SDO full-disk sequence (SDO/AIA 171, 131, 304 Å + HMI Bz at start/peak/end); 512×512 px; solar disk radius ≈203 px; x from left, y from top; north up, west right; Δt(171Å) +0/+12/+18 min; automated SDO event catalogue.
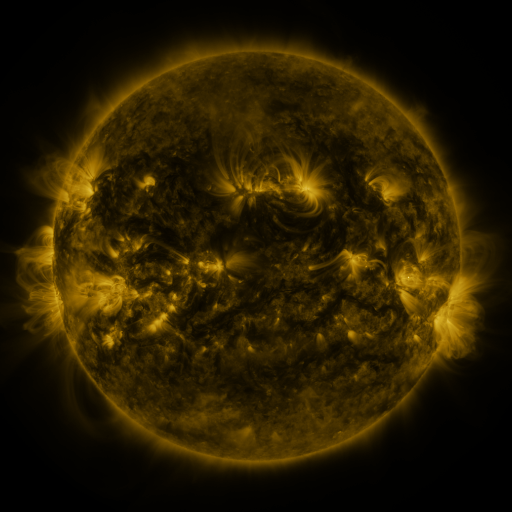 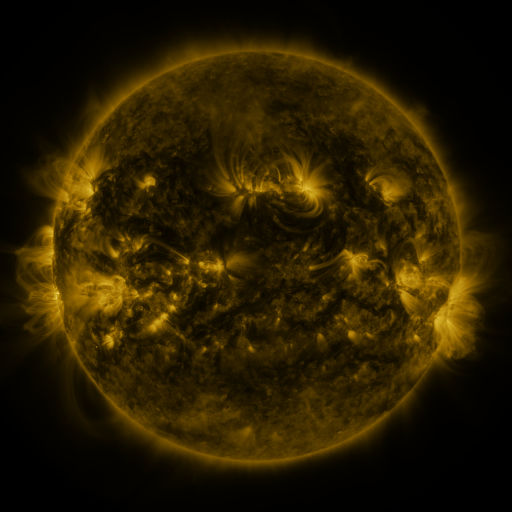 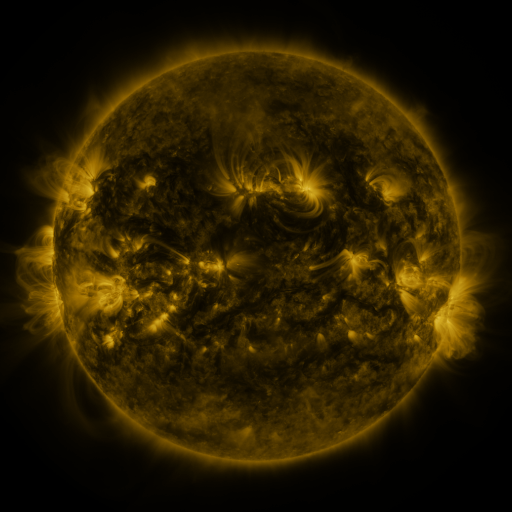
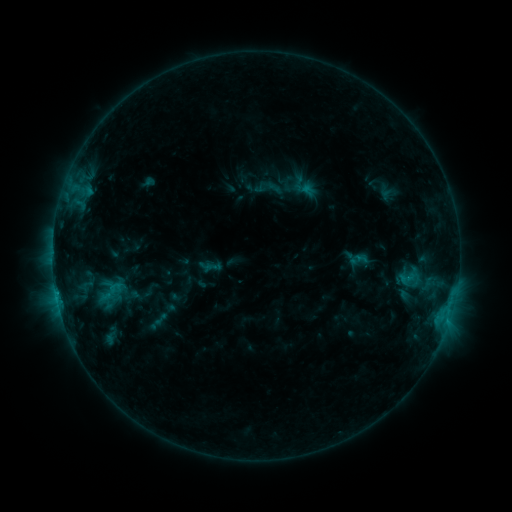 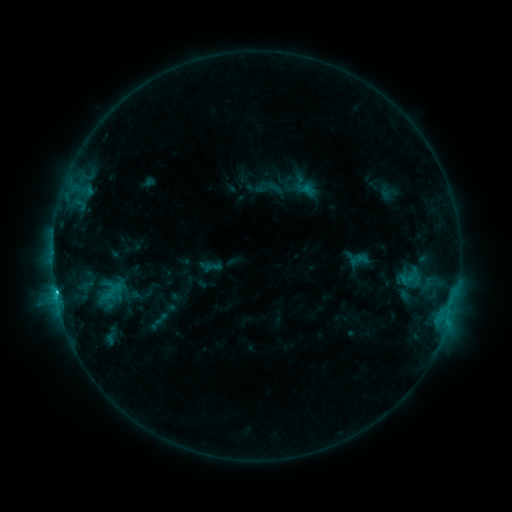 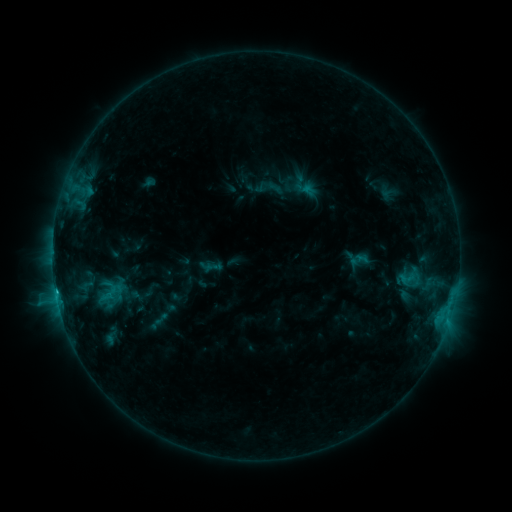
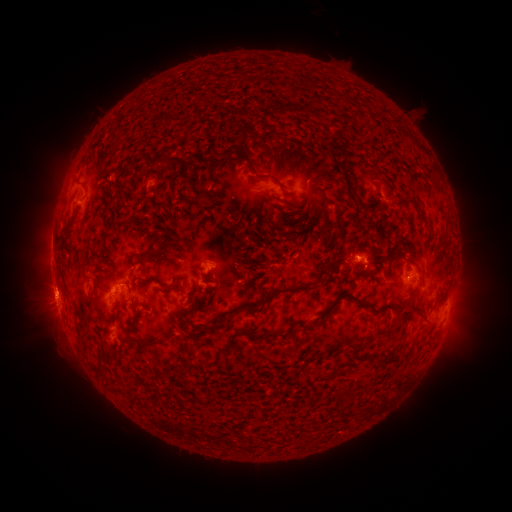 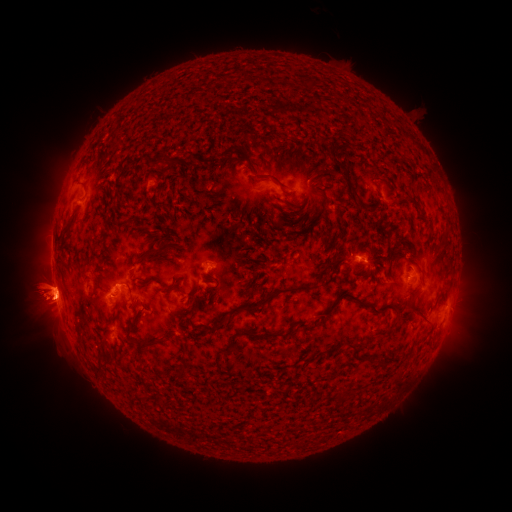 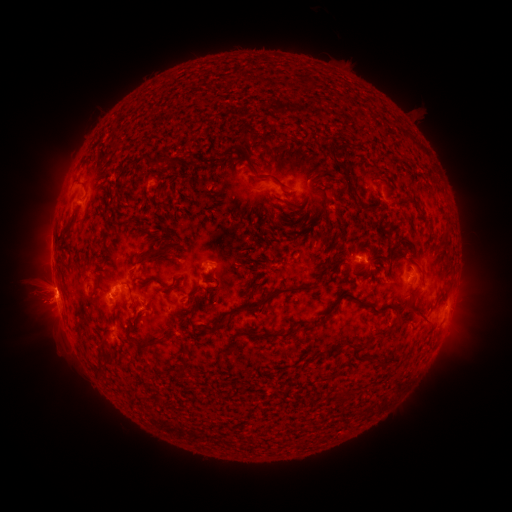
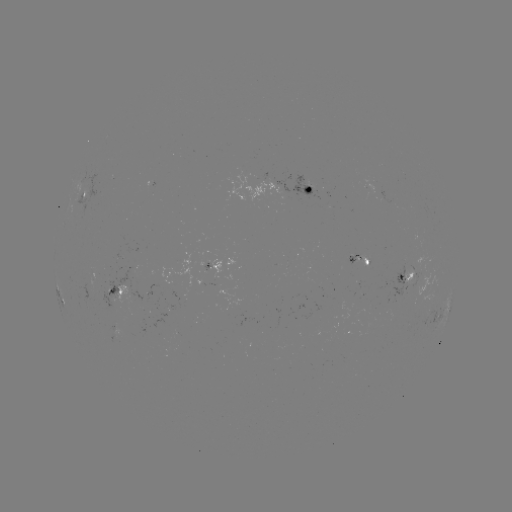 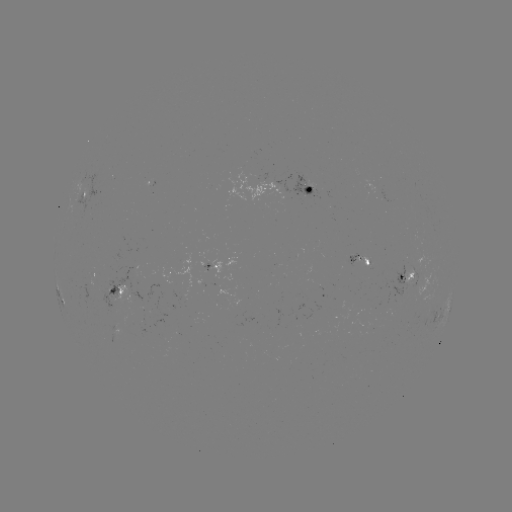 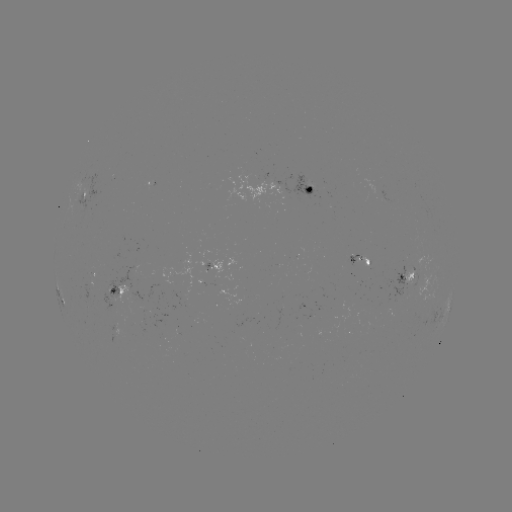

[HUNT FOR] eruption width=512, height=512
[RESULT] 45,296